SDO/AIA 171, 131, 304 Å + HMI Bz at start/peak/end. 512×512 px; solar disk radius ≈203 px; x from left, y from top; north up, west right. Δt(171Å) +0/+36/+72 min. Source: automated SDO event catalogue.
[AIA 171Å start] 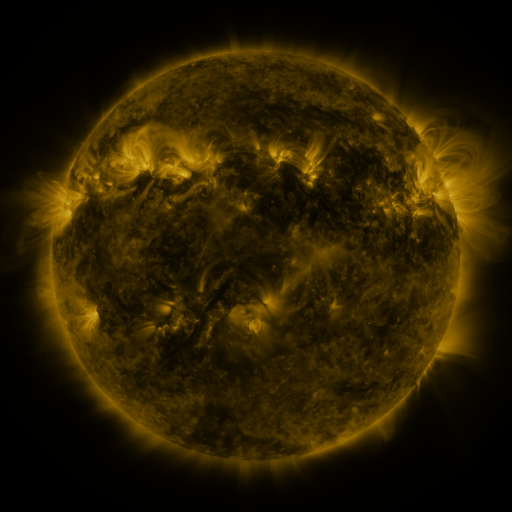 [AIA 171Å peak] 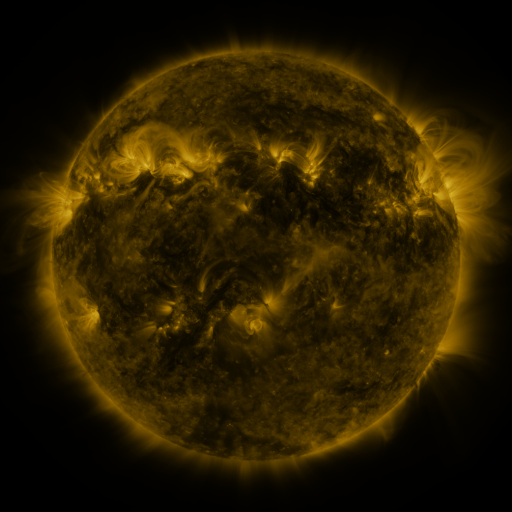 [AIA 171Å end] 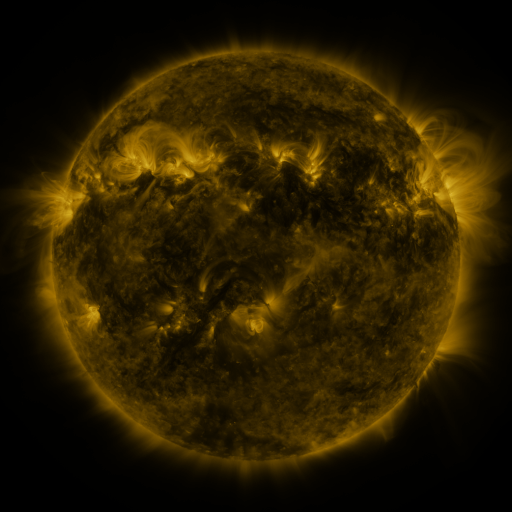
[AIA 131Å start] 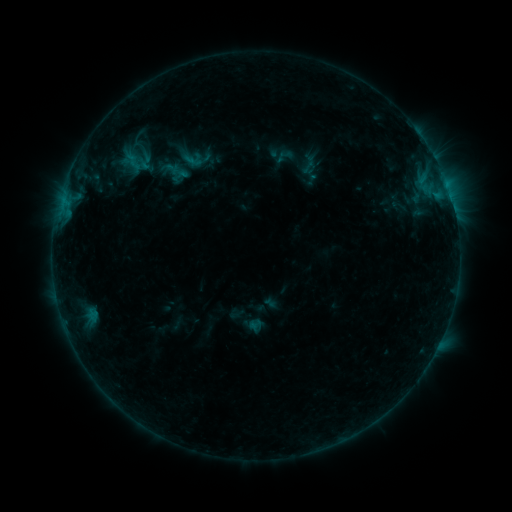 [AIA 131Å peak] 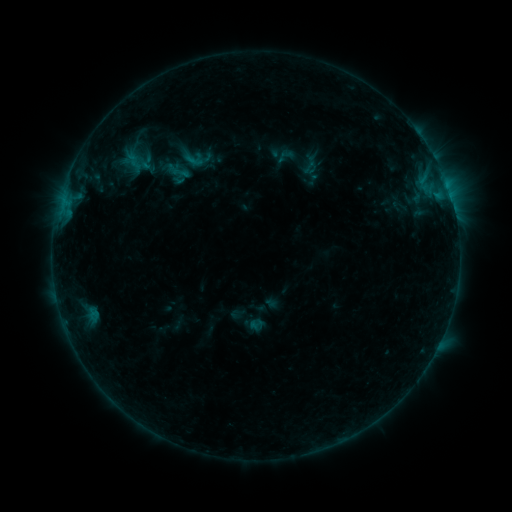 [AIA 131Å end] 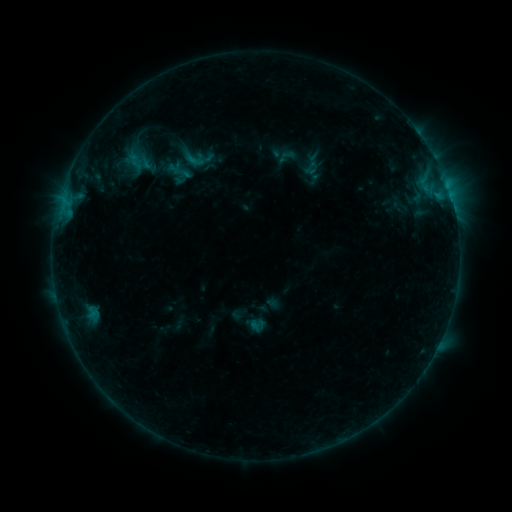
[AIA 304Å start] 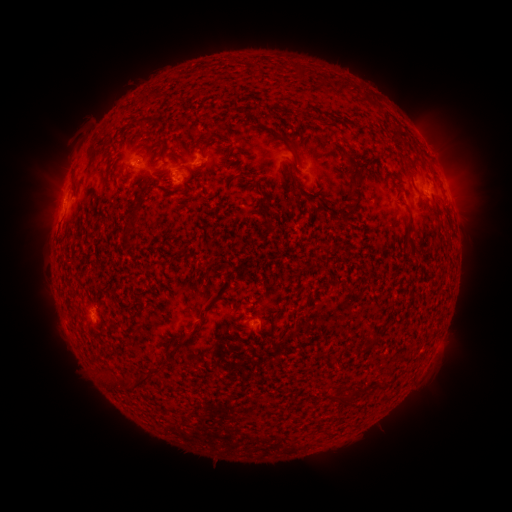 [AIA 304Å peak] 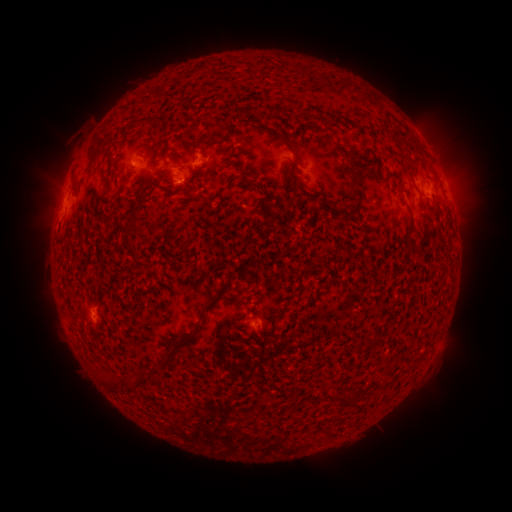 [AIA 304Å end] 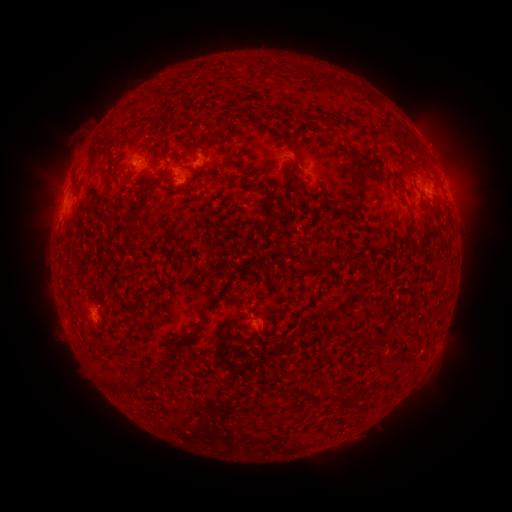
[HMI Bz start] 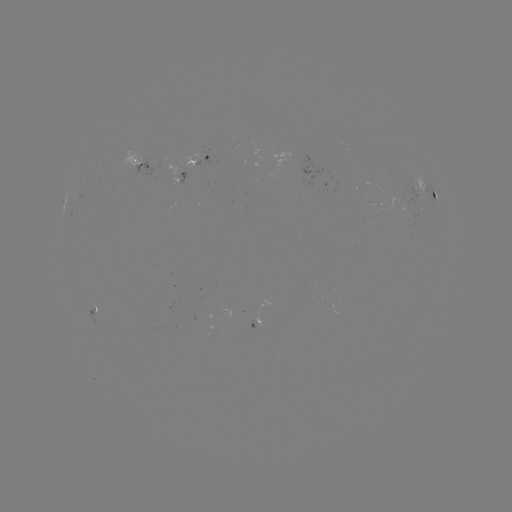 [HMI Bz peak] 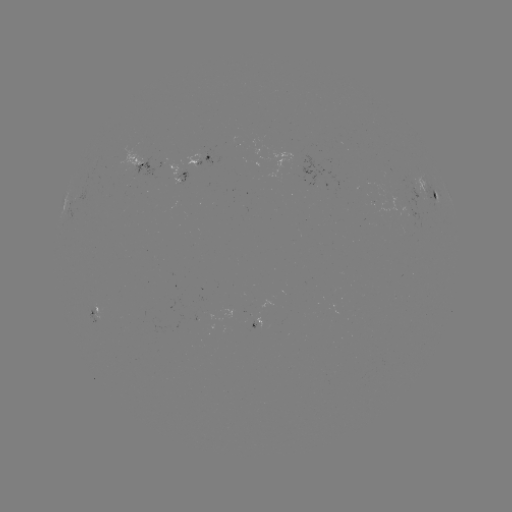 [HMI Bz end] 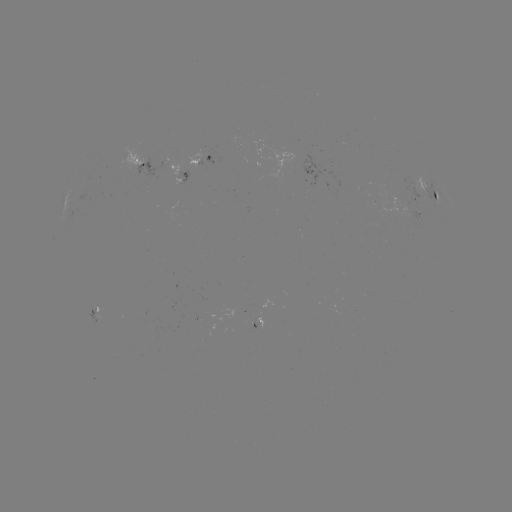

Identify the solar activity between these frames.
emerging-flux region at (143, 163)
